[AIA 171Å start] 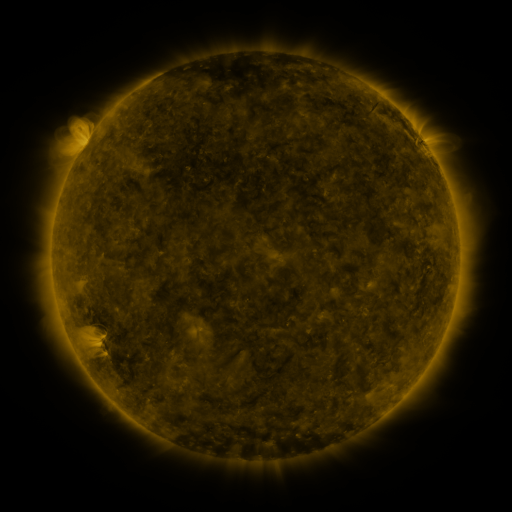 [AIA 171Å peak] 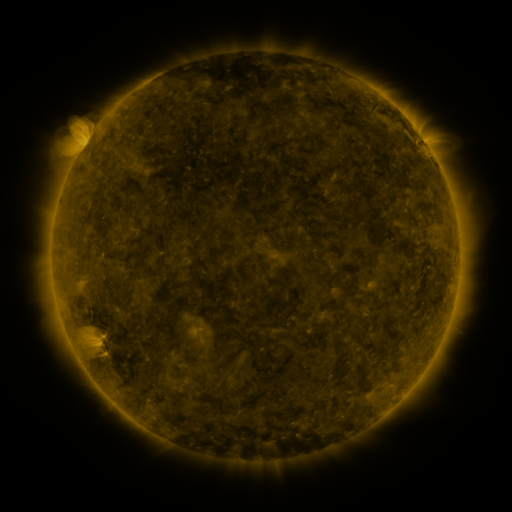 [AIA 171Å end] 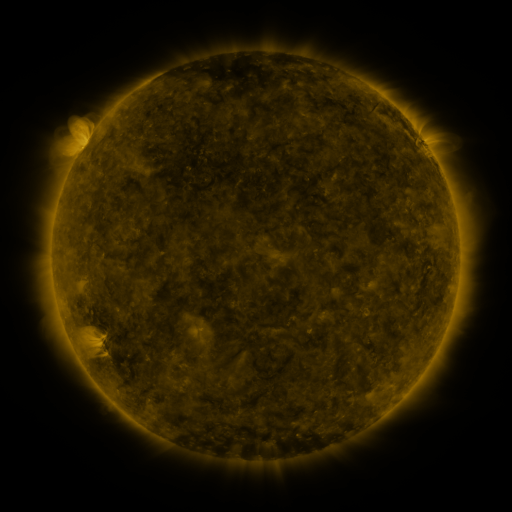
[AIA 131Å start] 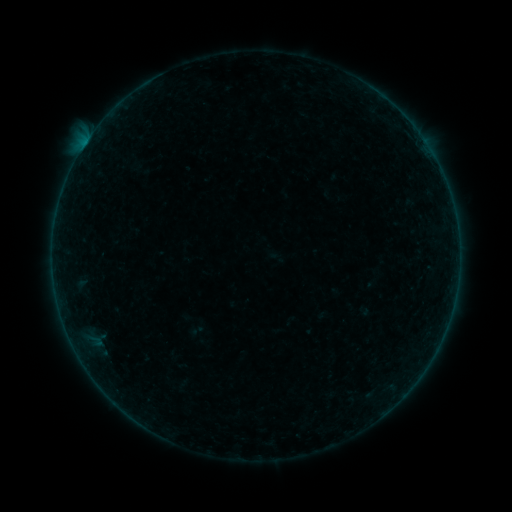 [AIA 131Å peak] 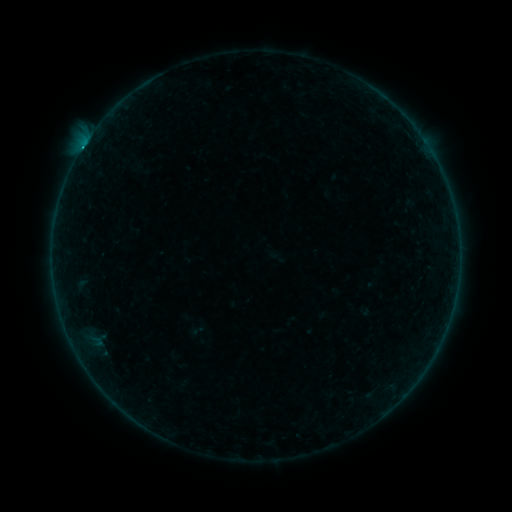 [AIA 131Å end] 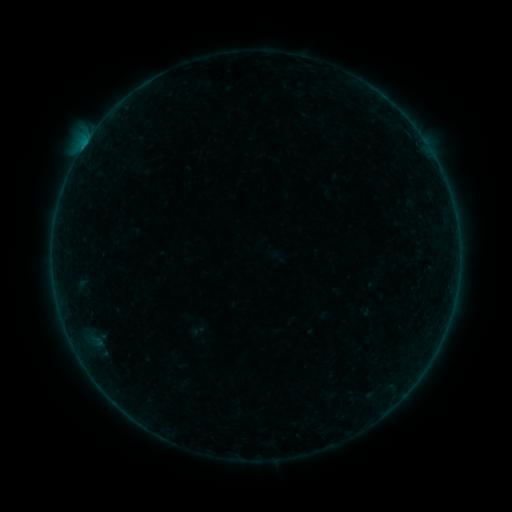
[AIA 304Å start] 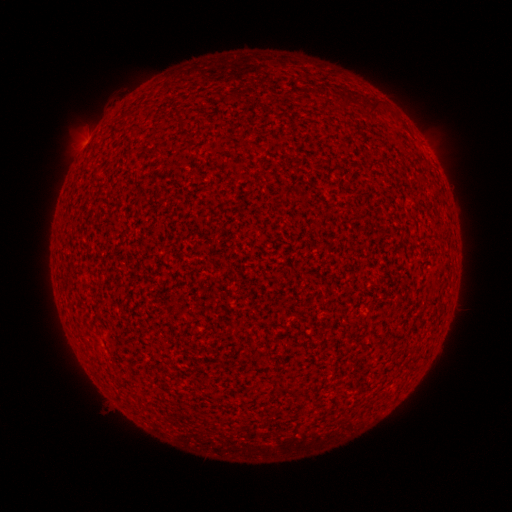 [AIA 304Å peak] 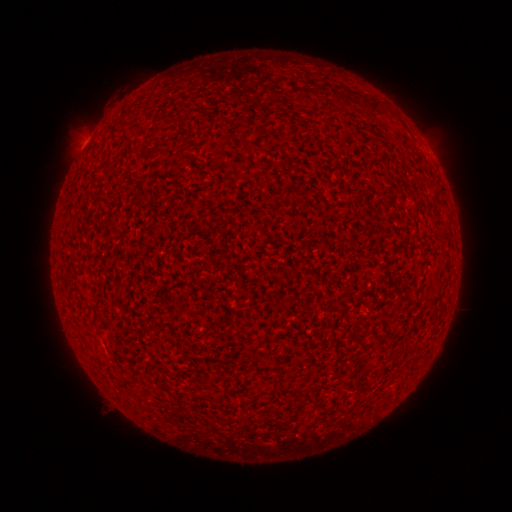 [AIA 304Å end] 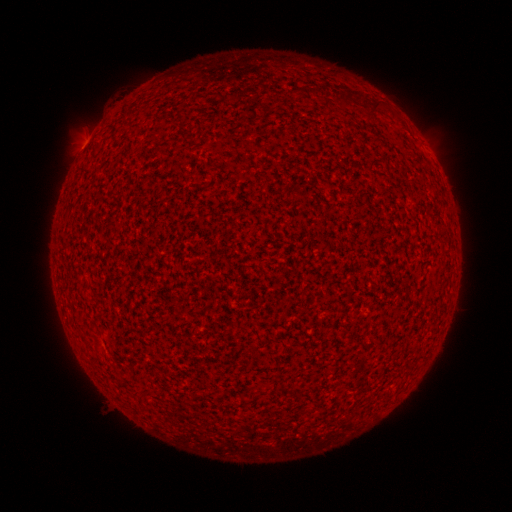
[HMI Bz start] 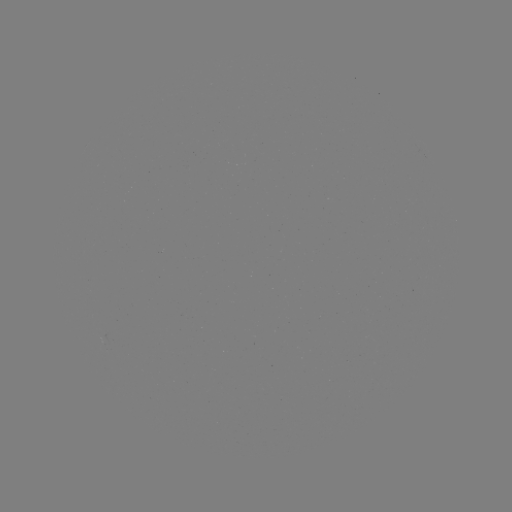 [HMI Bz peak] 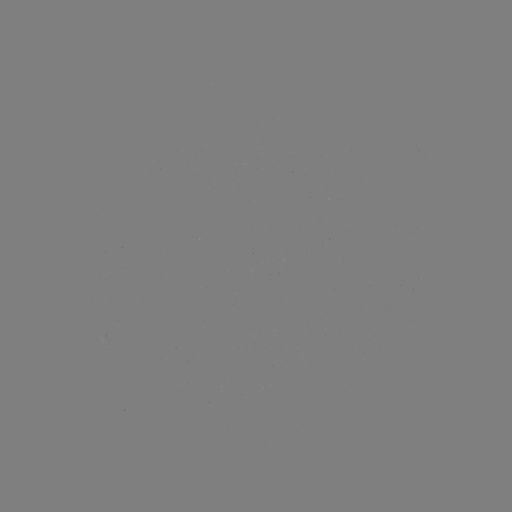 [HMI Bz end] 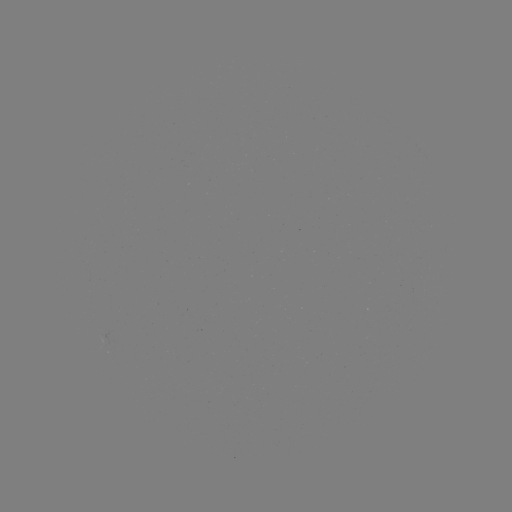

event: flare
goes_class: B2.4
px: (81, 151)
